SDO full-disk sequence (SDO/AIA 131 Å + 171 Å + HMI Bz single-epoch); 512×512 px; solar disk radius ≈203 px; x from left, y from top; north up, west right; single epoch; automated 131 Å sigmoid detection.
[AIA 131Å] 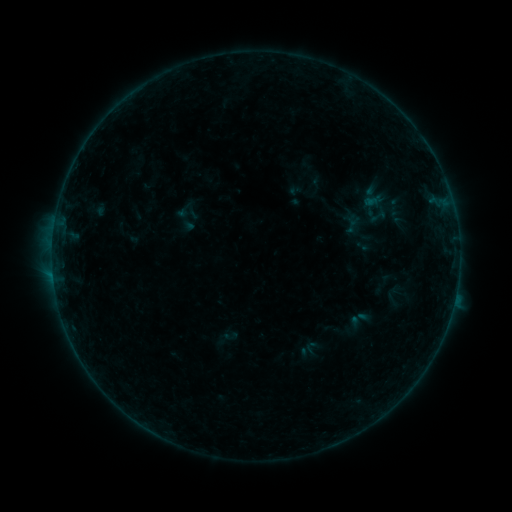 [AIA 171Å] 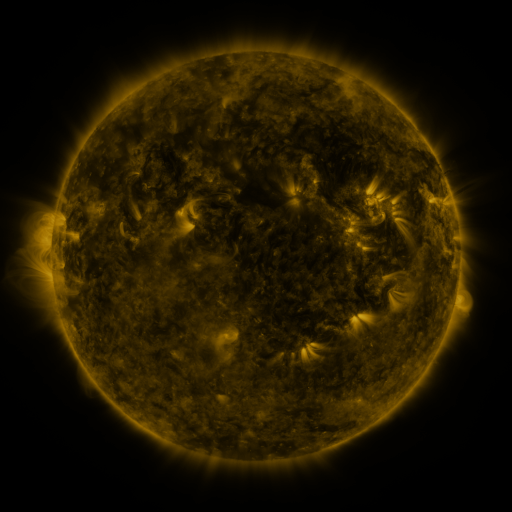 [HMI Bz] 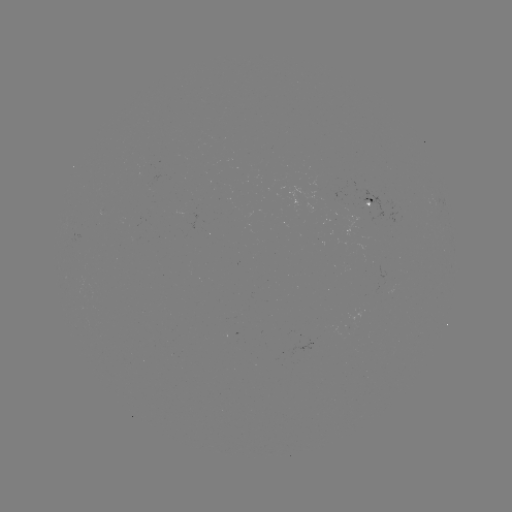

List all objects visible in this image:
sigmoid: (378, 216)
sigmoid: (185, 218)
